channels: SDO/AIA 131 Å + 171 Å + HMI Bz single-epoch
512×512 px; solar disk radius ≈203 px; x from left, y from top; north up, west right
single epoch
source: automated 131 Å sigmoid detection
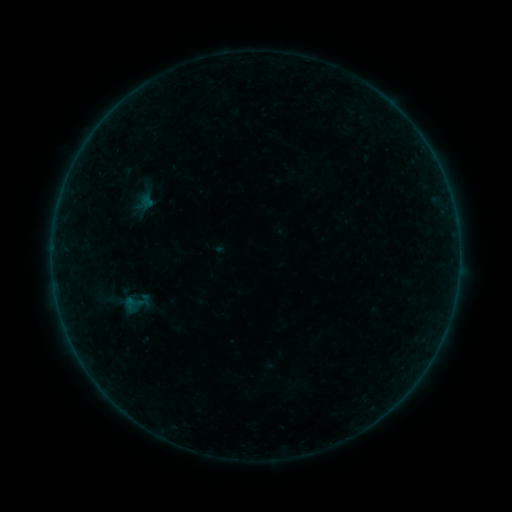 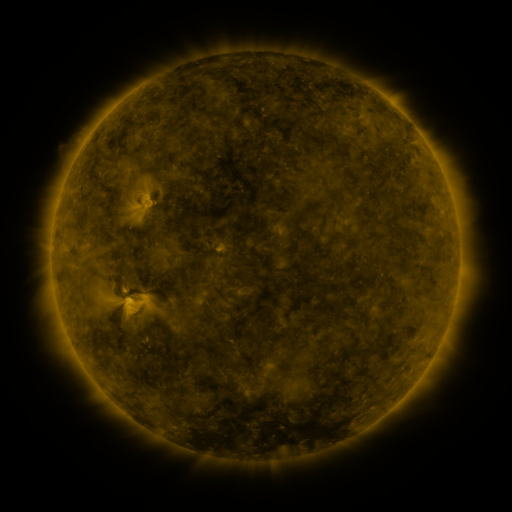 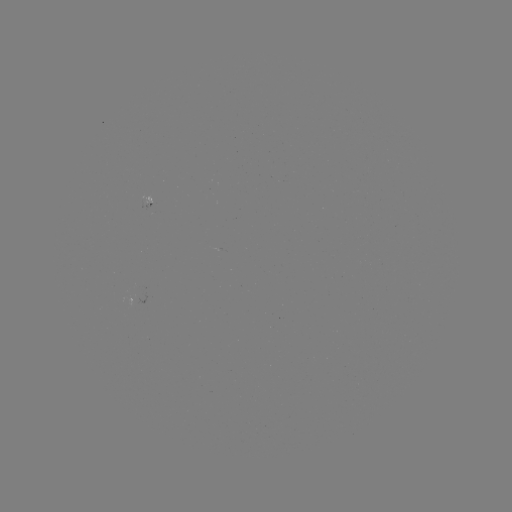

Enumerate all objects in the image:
sigmoid: (135, 302)
